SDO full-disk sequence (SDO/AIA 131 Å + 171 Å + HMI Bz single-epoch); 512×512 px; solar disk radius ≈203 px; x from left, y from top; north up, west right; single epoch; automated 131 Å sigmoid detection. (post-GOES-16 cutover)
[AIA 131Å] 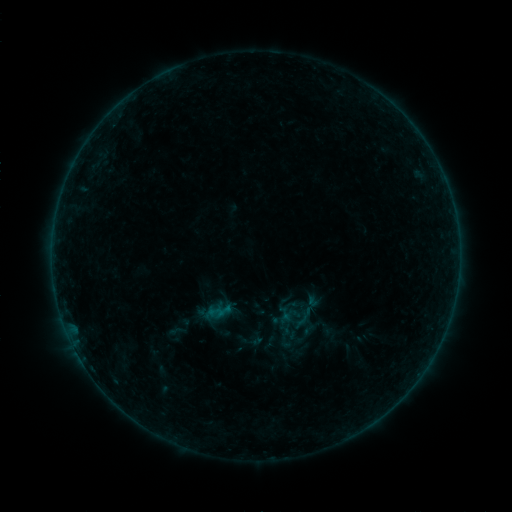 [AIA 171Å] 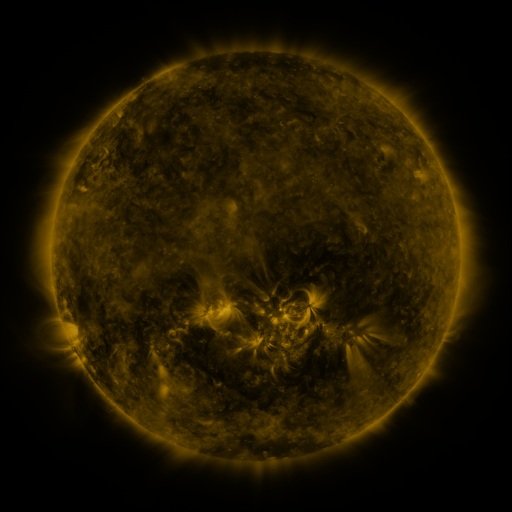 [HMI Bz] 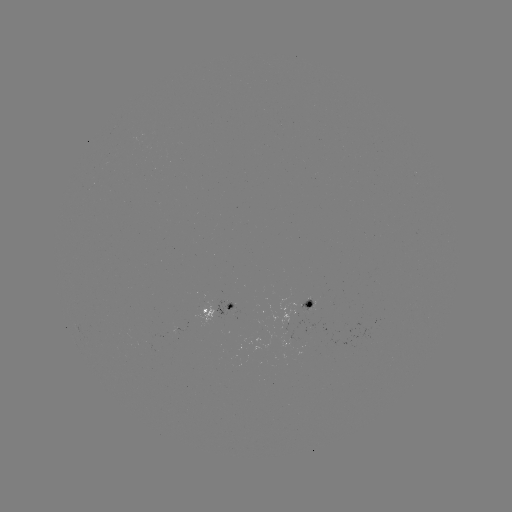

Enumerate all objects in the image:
sigmoid: <bbox>235, 325, 266, 354</bbox>
